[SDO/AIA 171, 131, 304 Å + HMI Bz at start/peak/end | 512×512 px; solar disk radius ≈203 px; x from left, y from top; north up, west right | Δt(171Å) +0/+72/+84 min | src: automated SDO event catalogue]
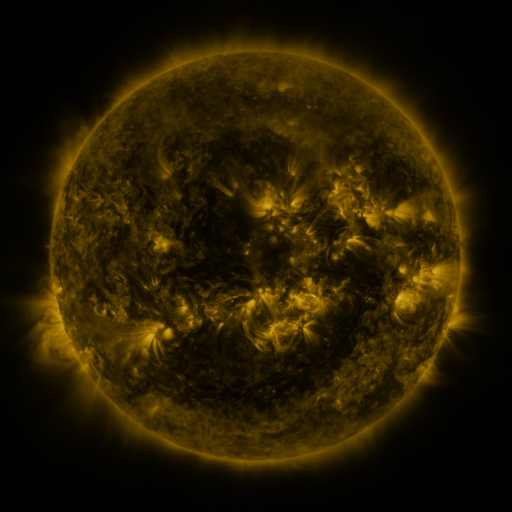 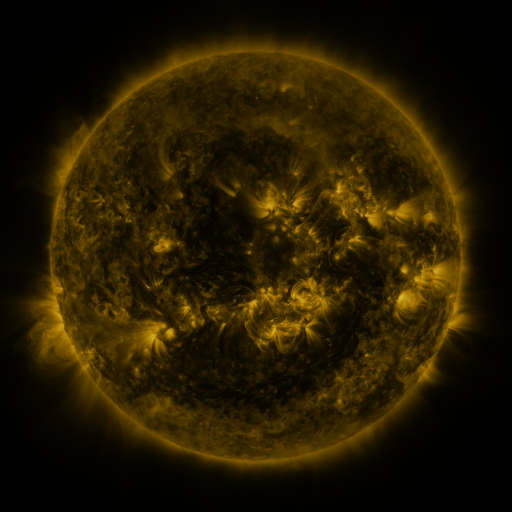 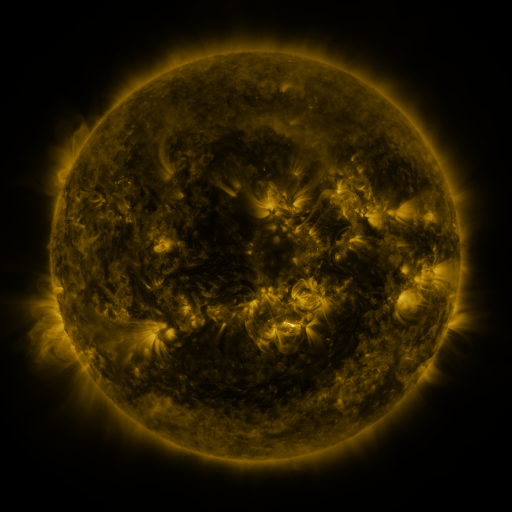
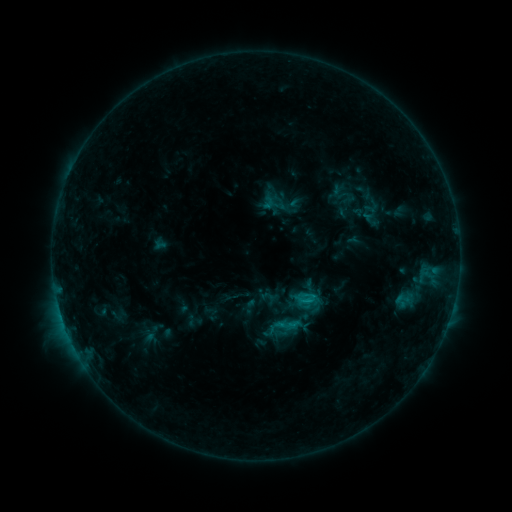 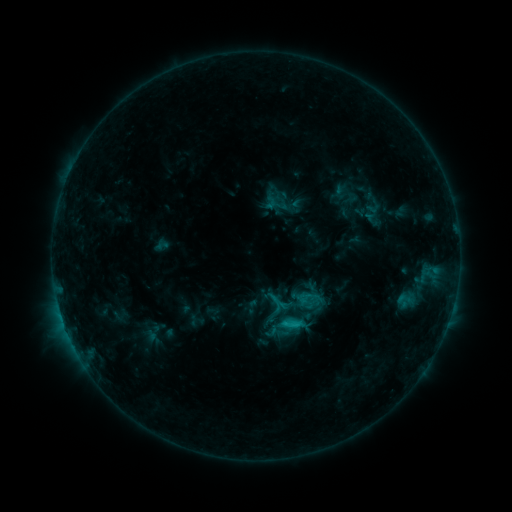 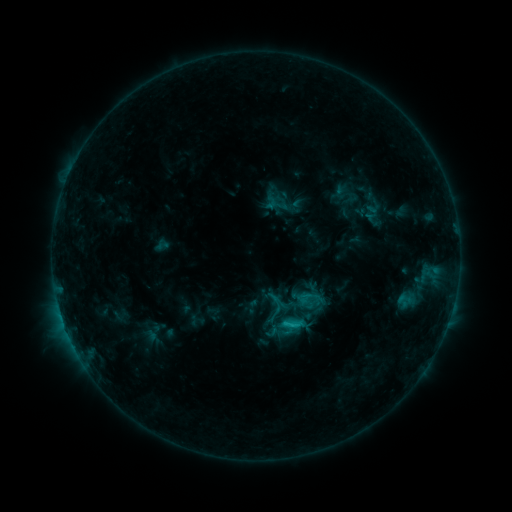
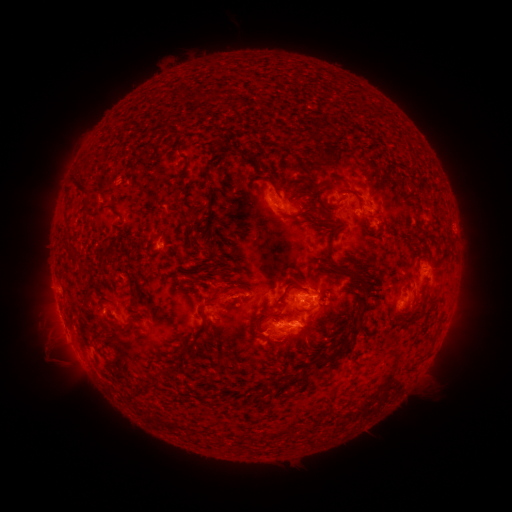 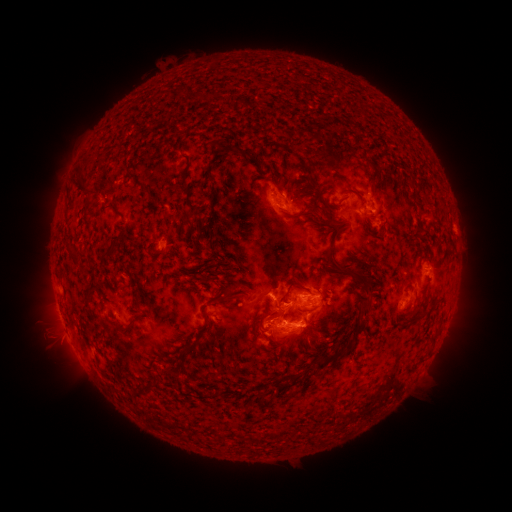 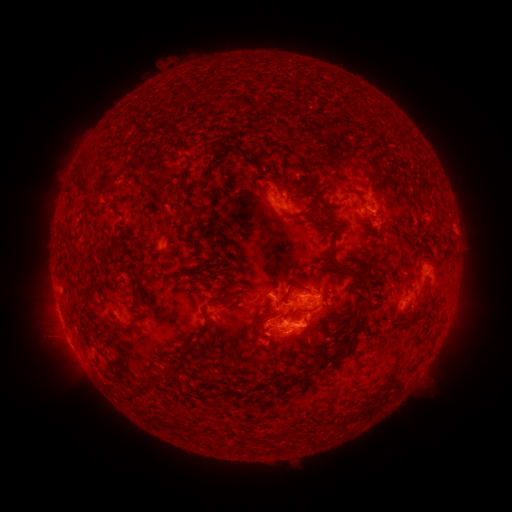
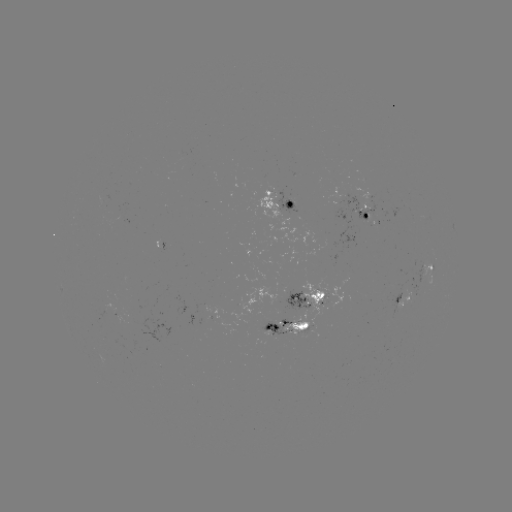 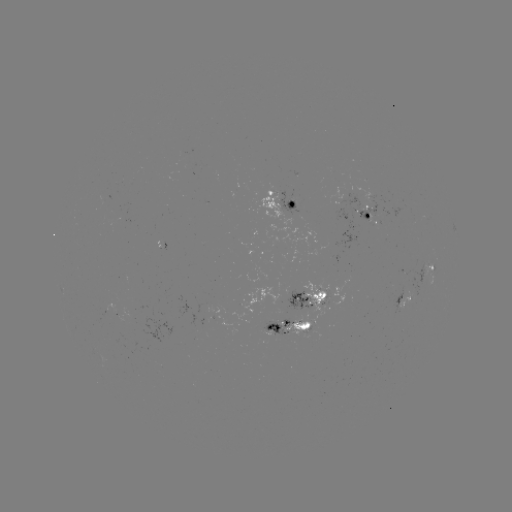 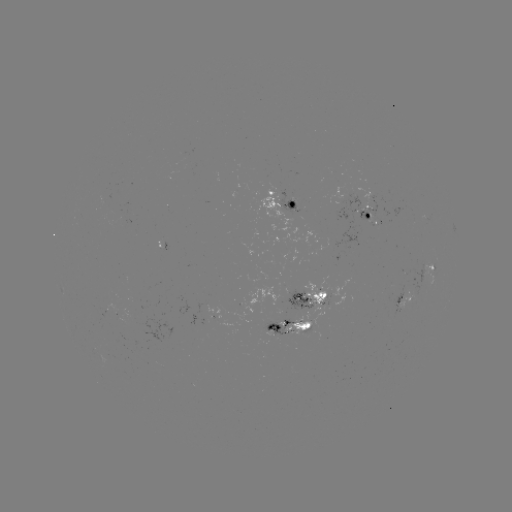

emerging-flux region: [392, 284, 404, 314]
